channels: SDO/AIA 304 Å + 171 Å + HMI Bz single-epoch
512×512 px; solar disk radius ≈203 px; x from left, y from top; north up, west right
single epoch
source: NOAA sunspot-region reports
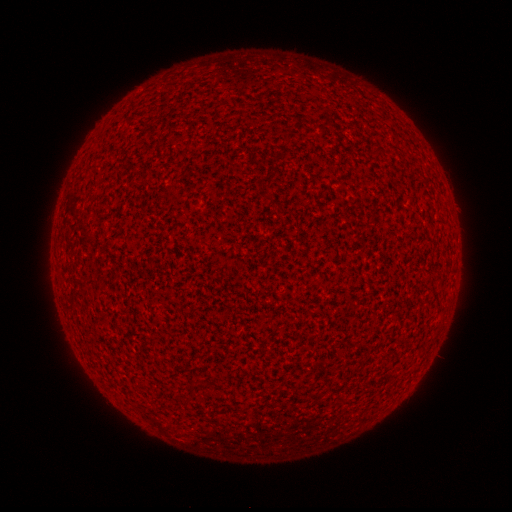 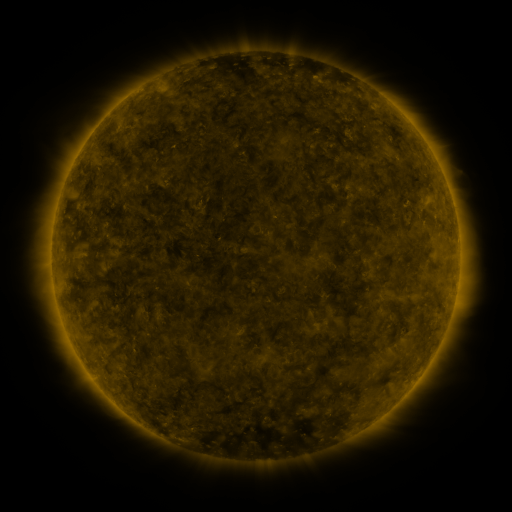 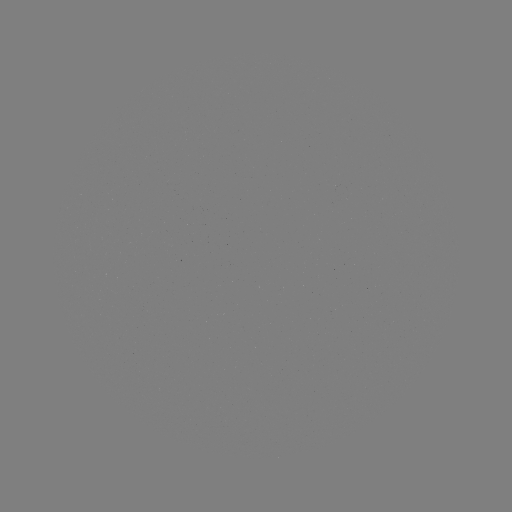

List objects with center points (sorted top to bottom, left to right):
(none)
